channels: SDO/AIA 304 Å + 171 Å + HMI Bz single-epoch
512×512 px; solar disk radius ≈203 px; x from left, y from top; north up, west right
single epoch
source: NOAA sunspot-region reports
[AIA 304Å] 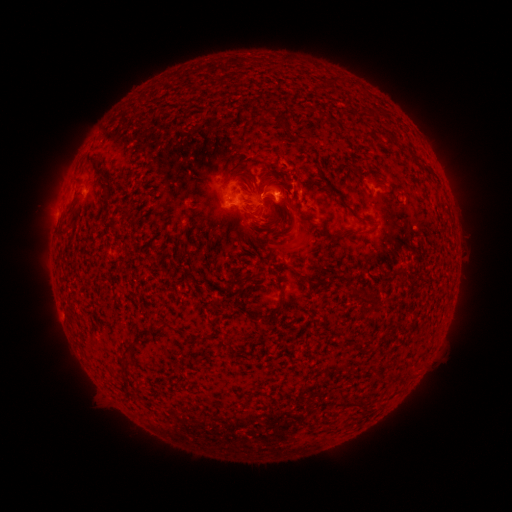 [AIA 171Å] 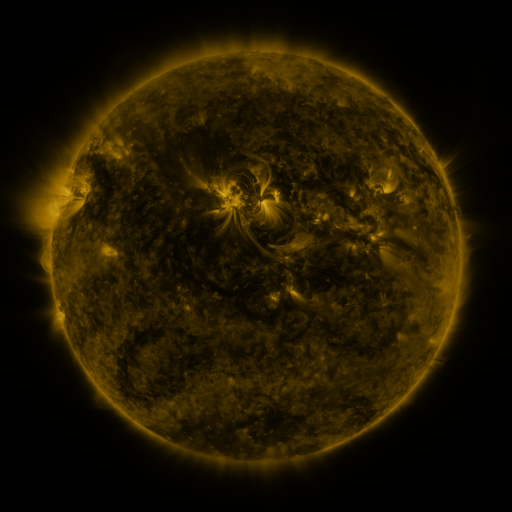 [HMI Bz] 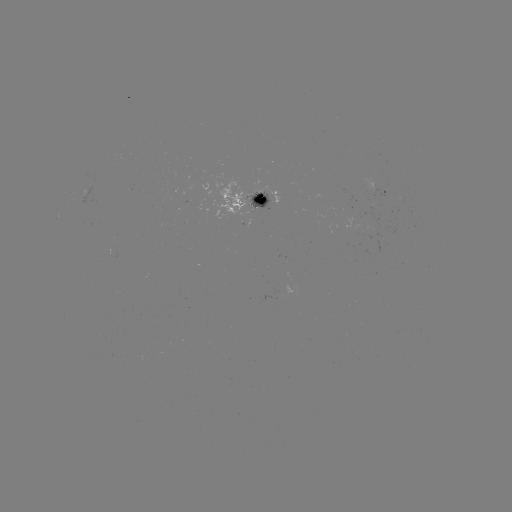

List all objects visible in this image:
spotted active region: (379, 188)
spotted active region: (86, 196)
spotted active region: (256, 204)
